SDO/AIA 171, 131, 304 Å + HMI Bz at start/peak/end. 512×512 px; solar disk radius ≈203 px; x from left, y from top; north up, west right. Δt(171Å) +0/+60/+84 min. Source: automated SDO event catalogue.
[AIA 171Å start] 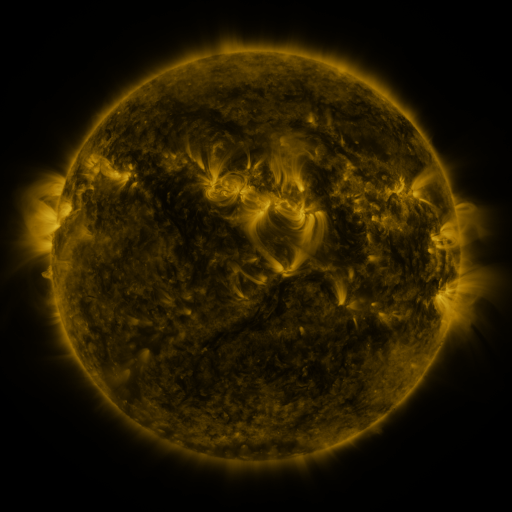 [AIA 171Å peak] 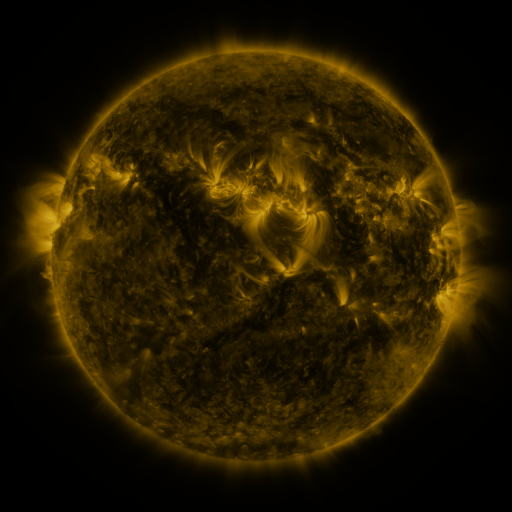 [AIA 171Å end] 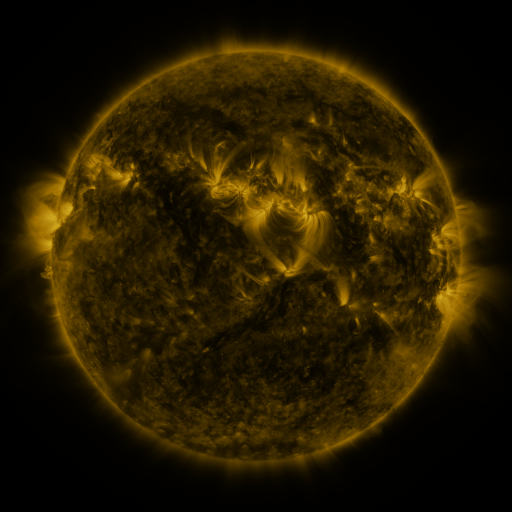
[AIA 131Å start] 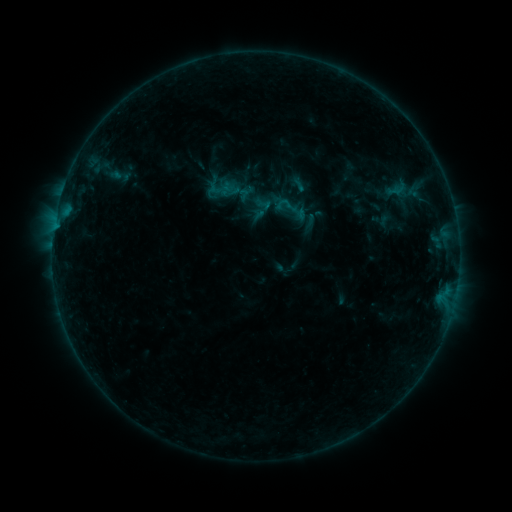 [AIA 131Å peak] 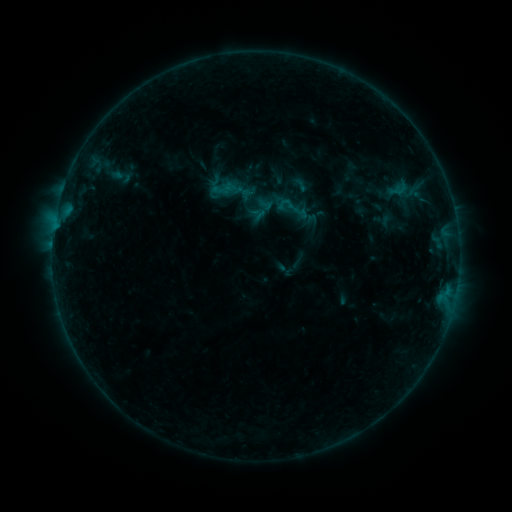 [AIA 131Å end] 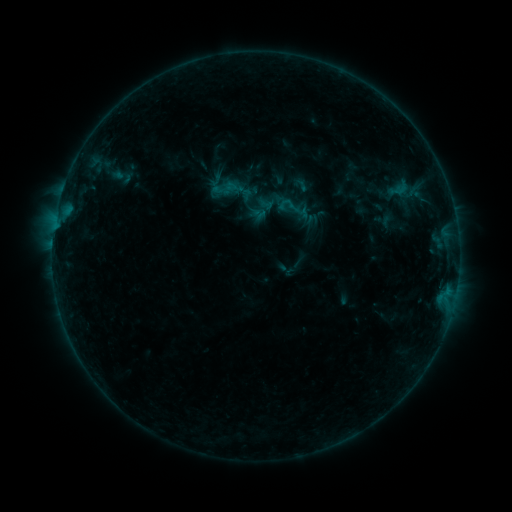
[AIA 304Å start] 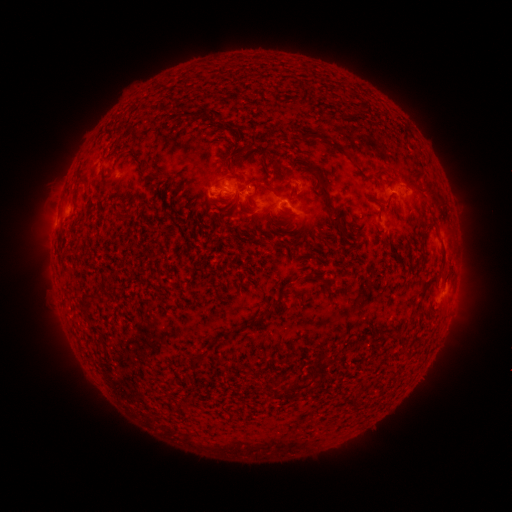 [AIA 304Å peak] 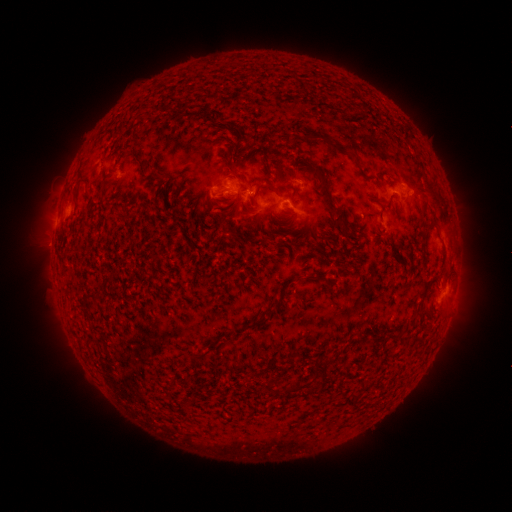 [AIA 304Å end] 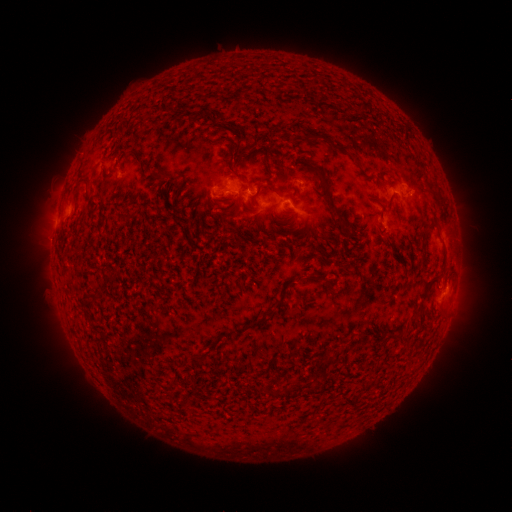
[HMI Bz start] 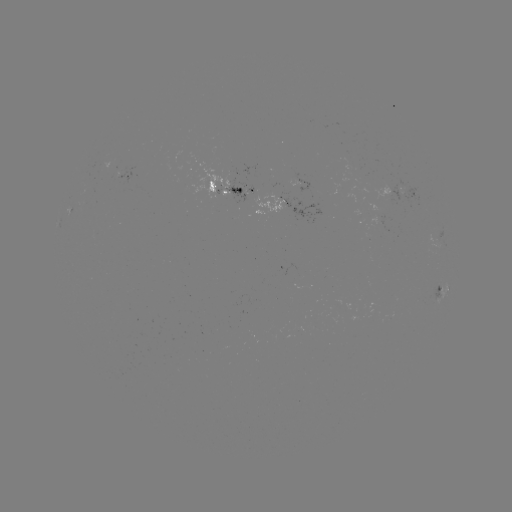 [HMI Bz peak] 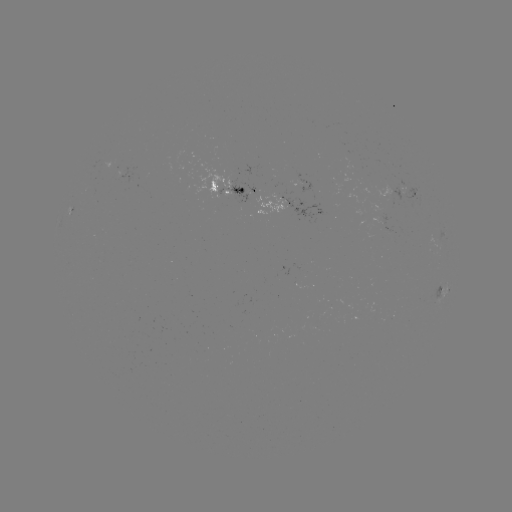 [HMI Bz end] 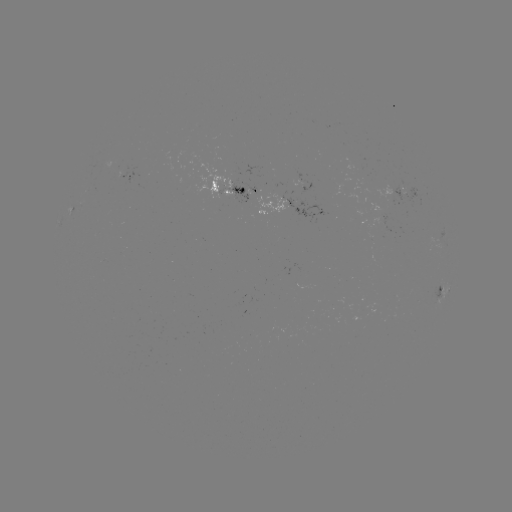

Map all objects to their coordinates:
emerging-flux region: (302, 186)
